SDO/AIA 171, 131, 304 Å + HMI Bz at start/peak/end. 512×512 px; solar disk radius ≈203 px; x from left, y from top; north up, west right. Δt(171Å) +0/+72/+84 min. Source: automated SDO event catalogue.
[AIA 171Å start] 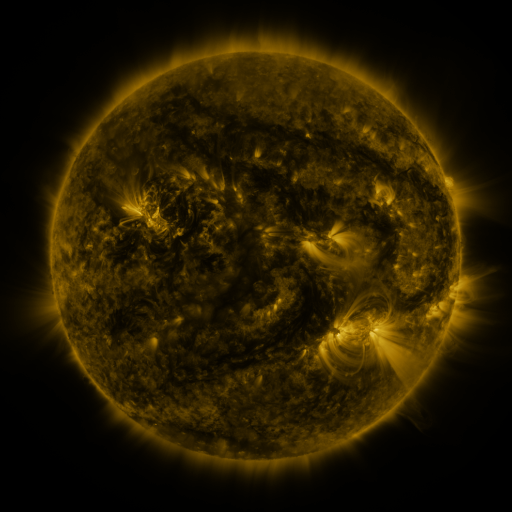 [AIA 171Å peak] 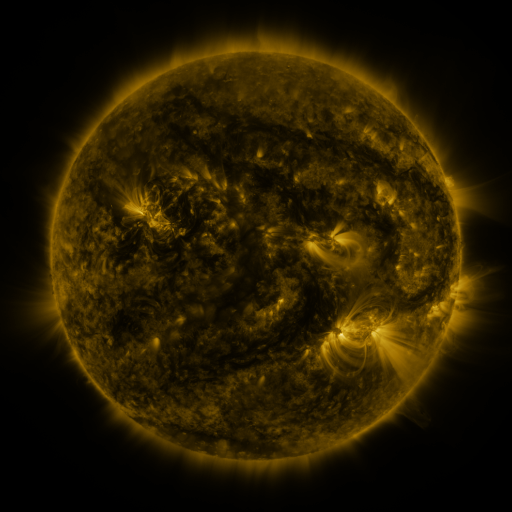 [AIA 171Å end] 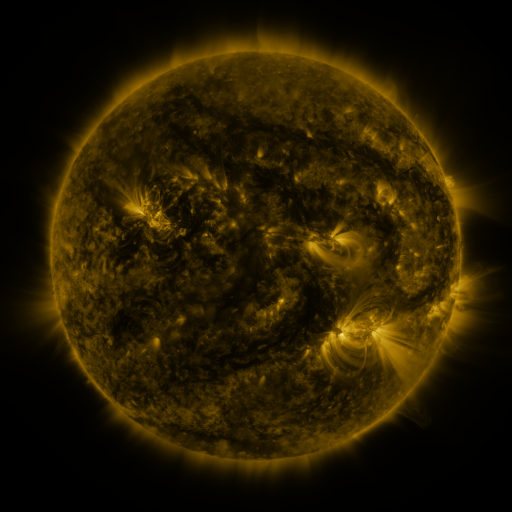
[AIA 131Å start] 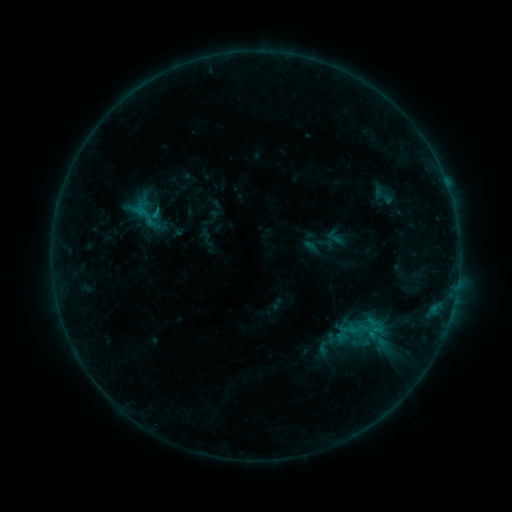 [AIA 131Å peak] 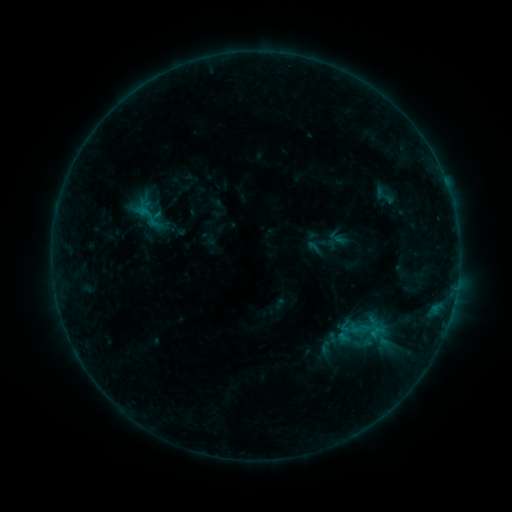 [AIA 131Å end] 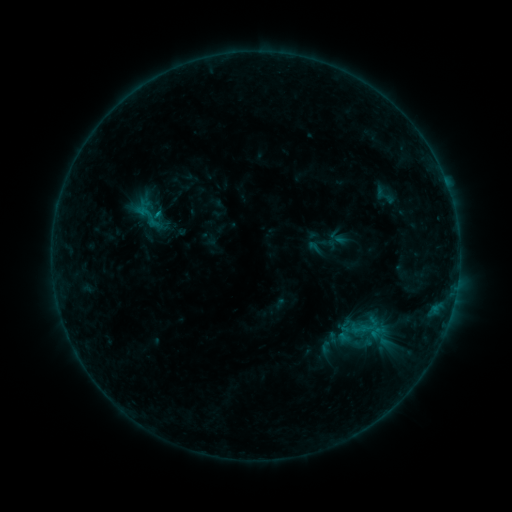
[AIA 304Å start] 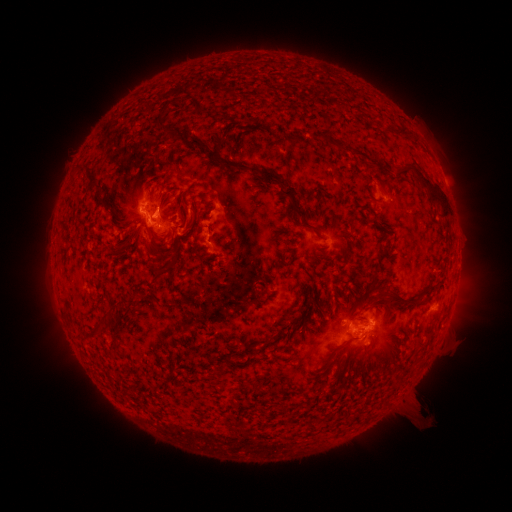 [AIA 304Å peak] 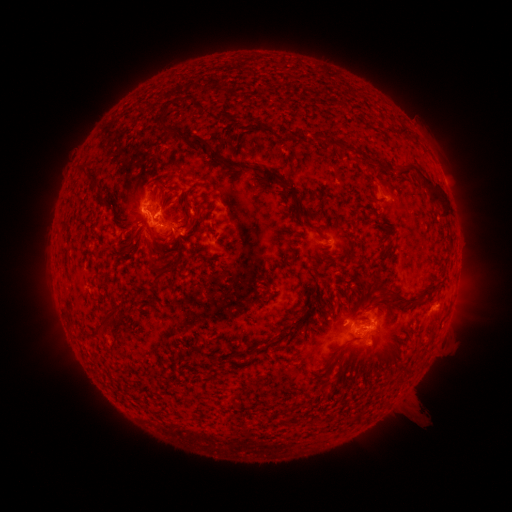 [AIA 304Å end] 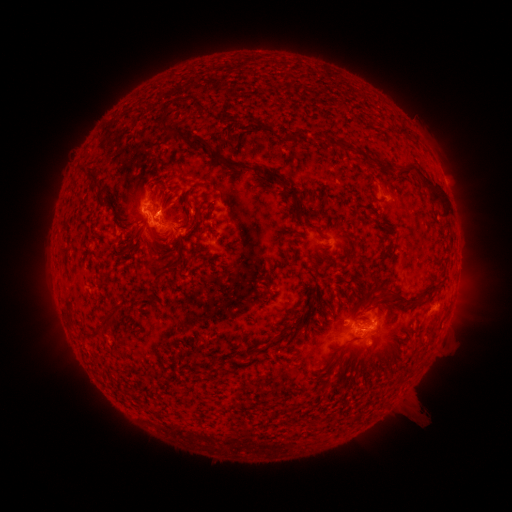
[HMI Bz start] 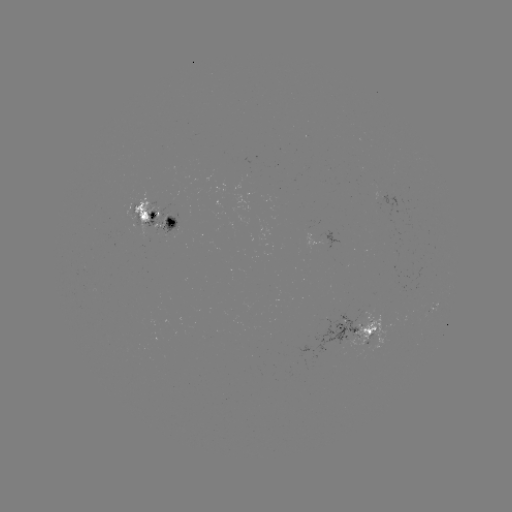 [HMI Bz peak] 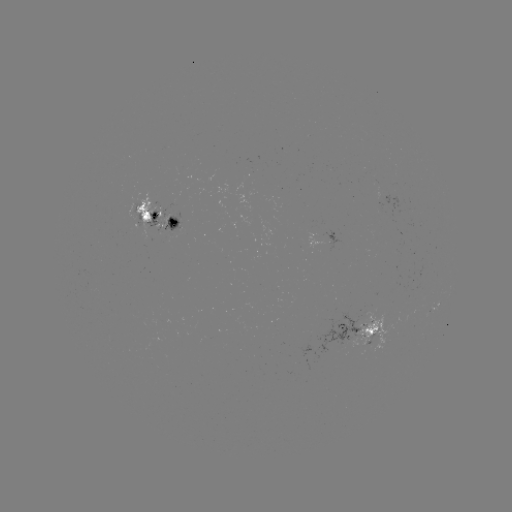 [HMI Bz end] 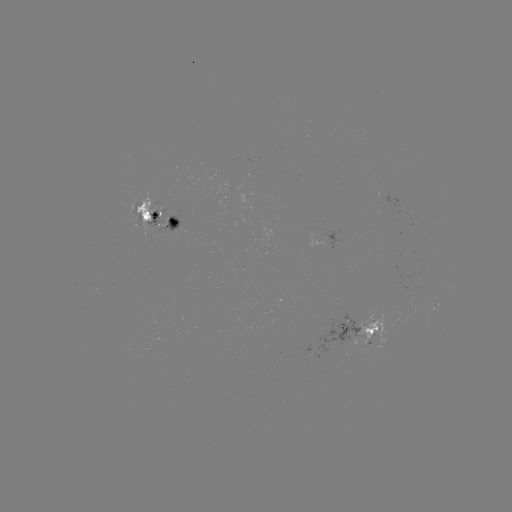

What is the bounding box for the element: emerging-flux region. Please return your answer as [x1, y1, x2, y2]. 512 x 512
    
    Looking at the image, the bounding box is [160, 214, 171, 227].